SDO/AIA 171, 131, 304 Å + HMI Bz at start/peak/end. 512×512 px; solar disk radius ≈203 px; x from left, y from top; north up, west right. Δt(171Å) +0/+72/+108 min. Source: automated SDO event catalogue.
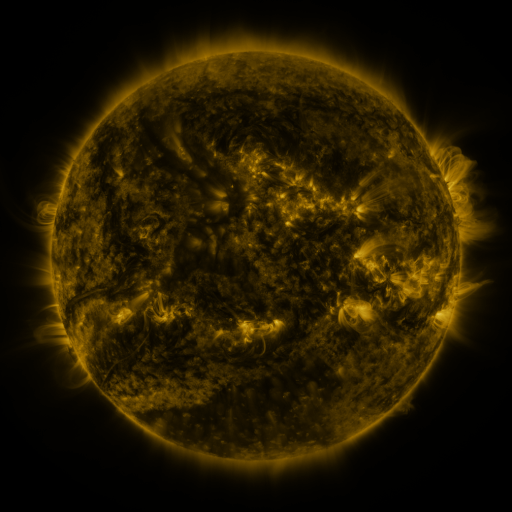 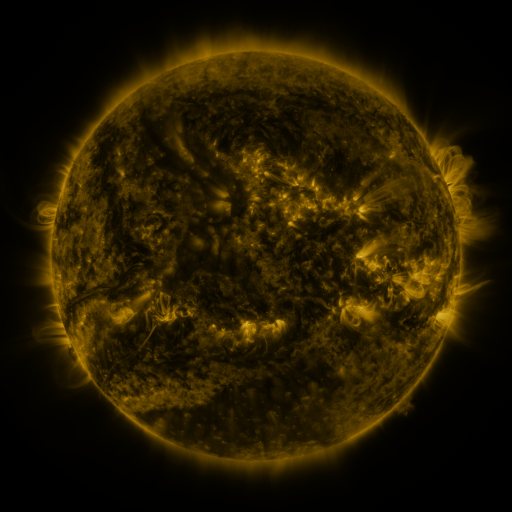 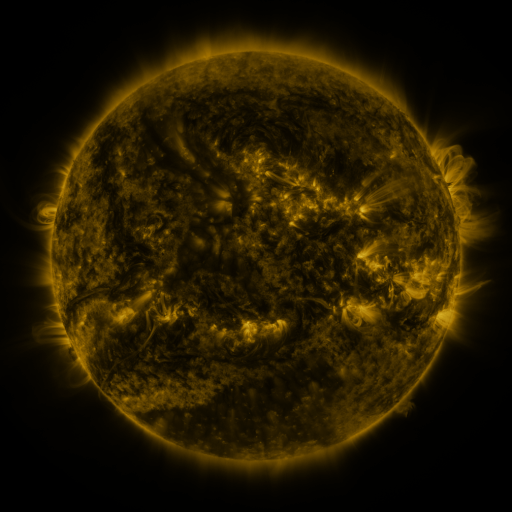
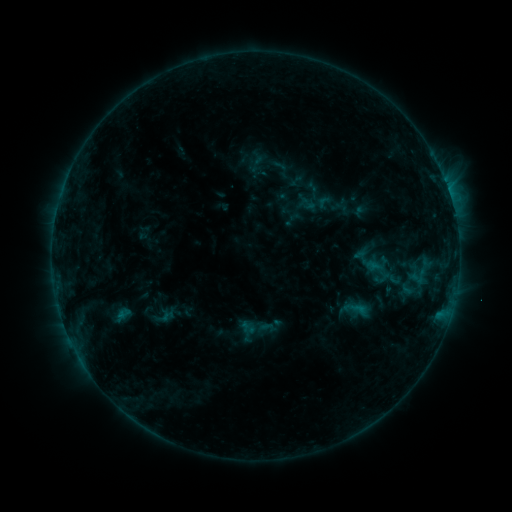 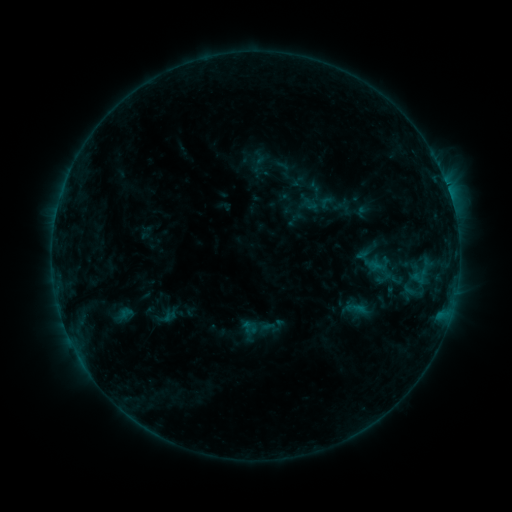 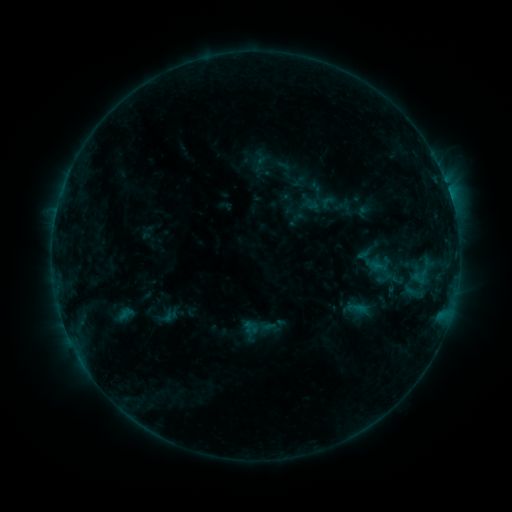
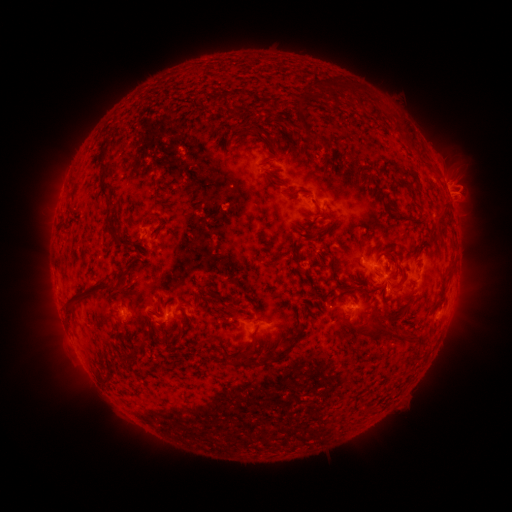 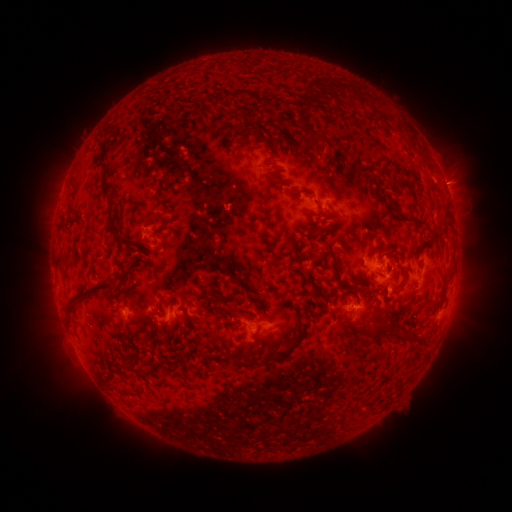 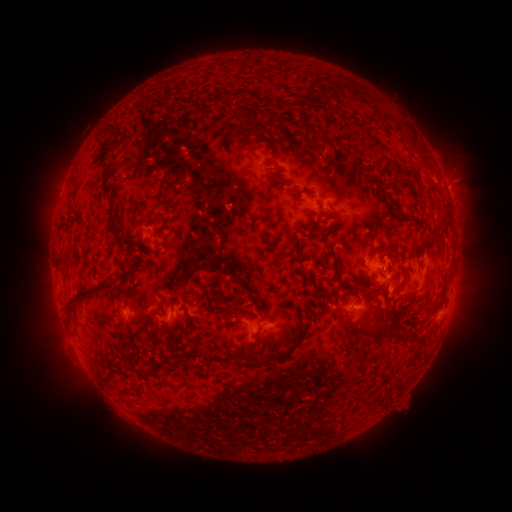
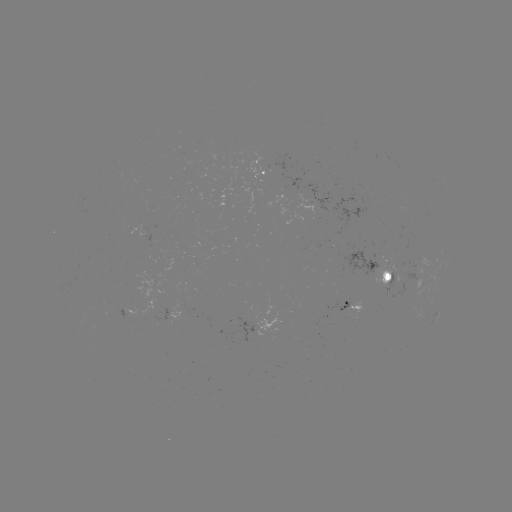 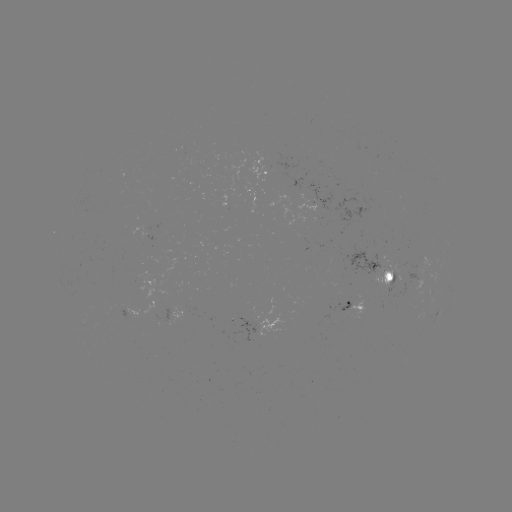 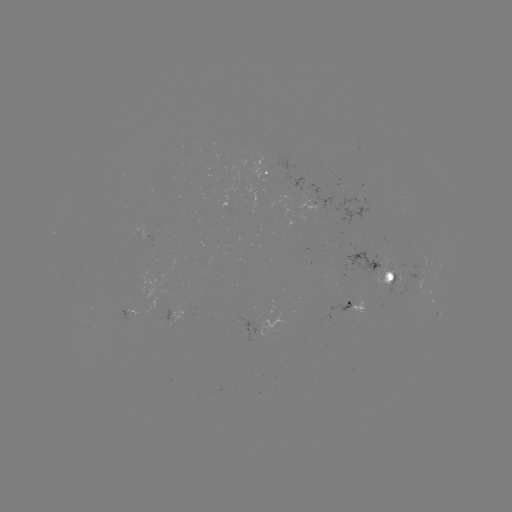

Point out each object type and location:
emerging-flux region: (309, 200)
